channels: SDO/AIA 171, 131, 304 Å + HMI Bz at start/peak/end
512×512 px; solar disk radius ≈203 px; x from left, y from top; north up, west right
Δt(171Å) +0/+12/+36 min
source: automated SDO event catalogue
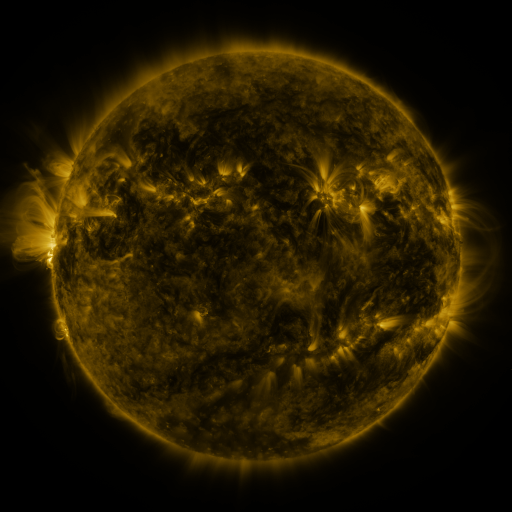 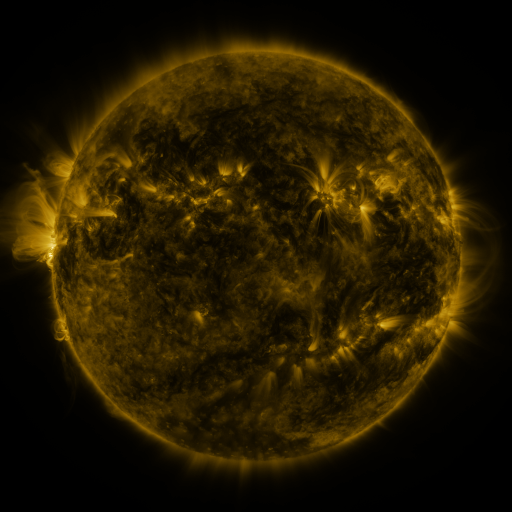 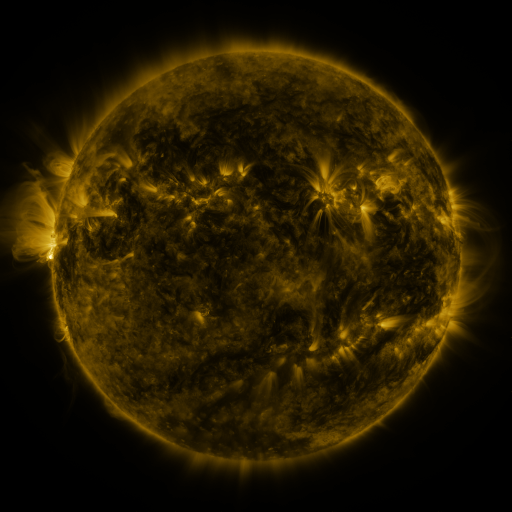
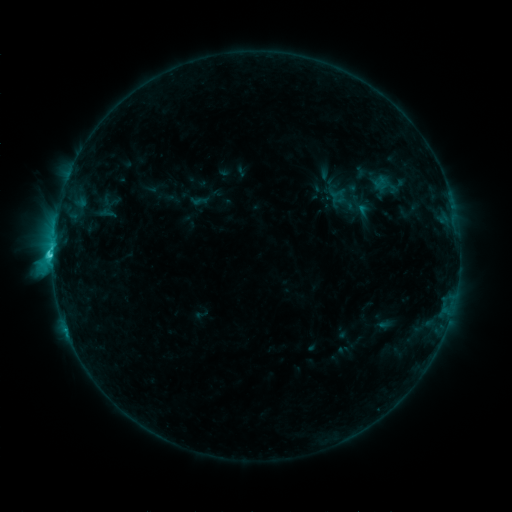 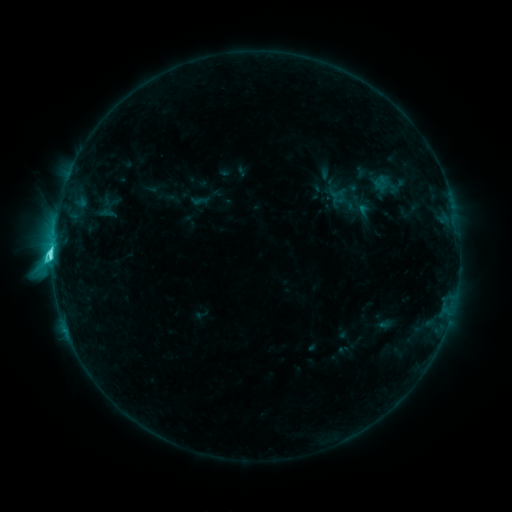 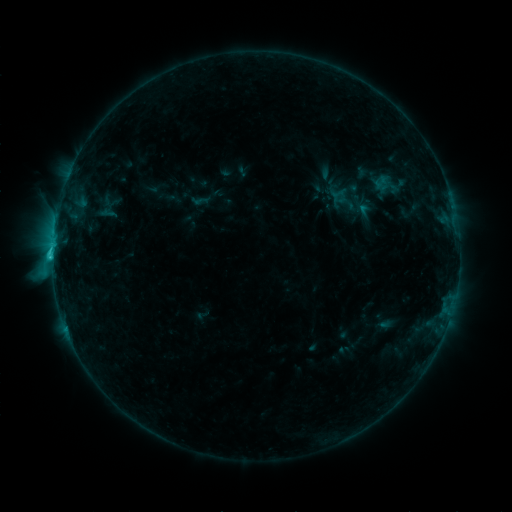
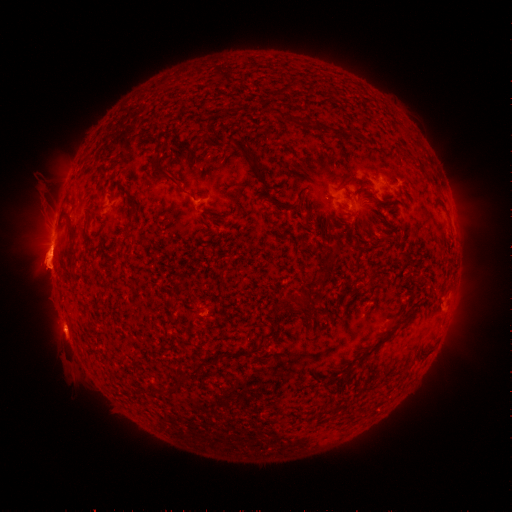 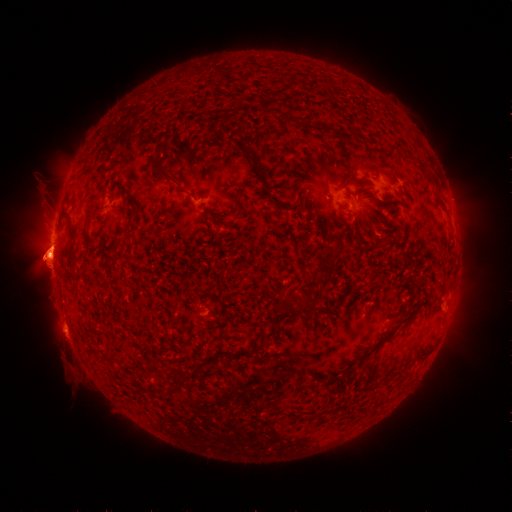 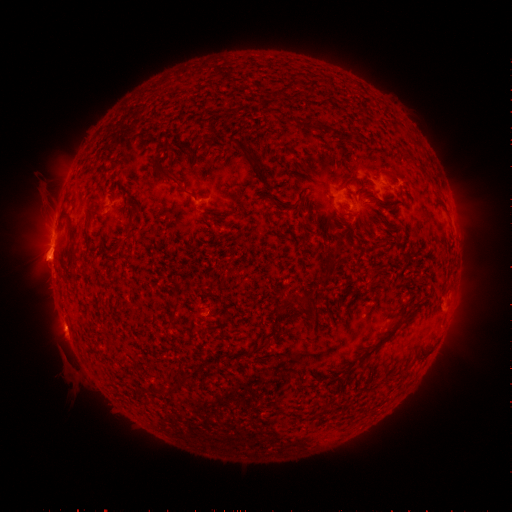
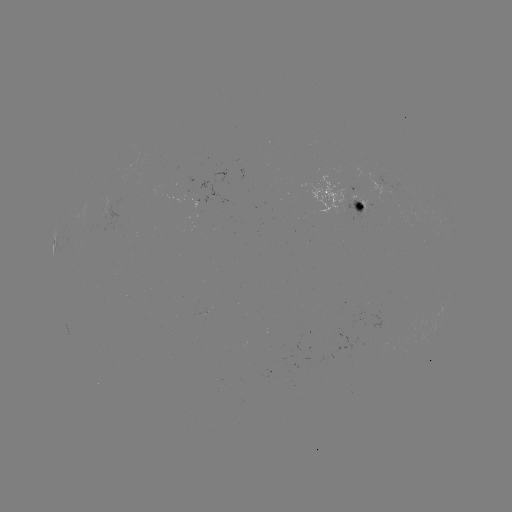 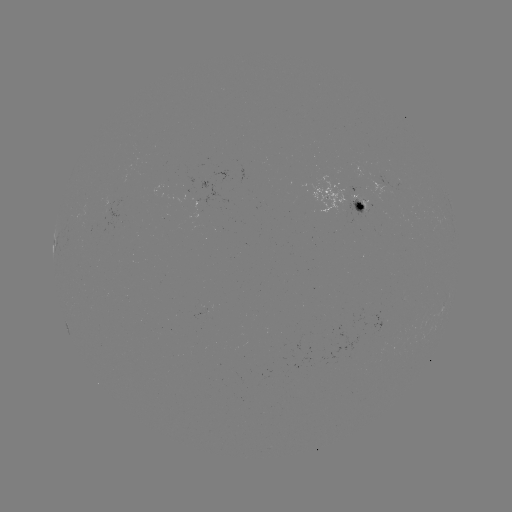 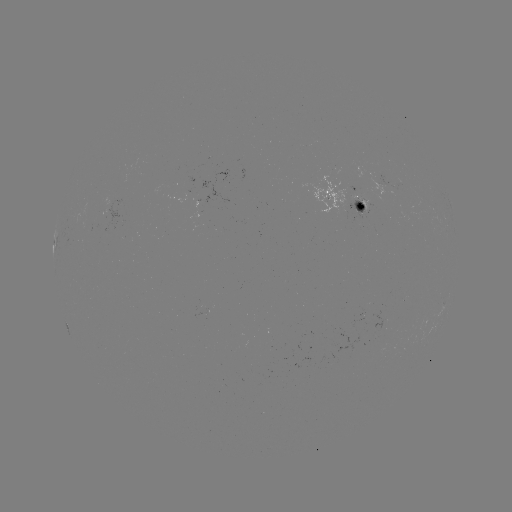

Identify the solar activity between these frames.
C5.9 flare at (55, 255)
